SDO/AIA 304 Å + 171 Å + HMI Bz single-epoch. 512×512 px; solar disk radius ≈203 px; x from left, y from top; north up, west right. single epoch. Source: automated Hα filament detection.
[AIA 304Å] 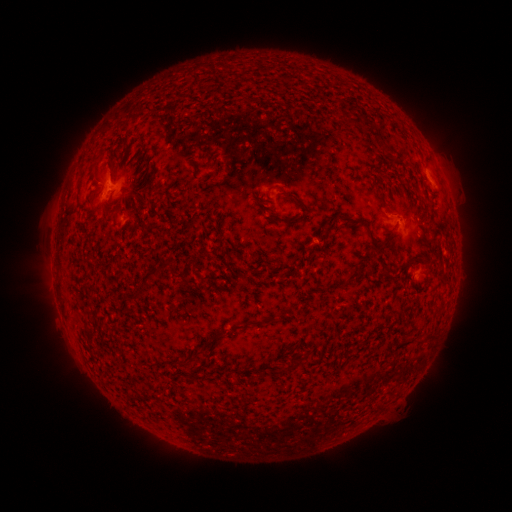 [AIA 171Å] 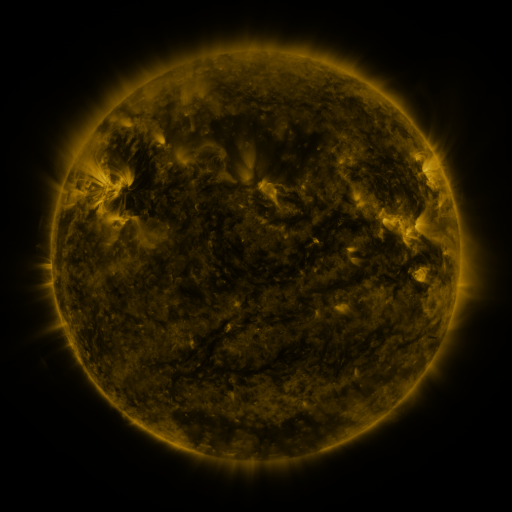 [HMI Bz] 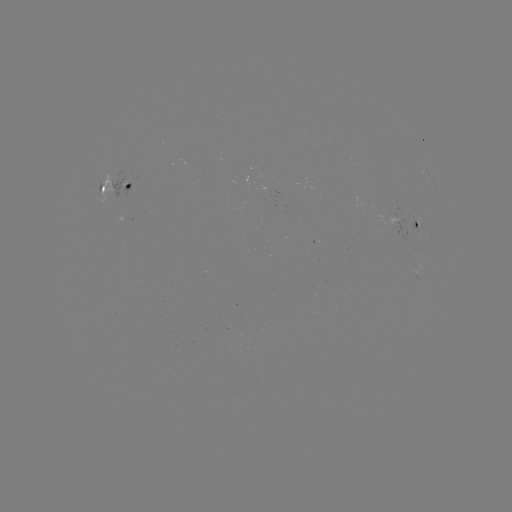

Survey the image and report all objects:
filament: [283, 192, 309, 215]
filament: [373, 192, 387, 211]
filament: [337, 213, 378, 252]
filament: [273, 215, 287, 224]
filament: [403, 259, 422, 270]
filament: [166, 261, 176, 277]
filament: [141, 267, 158, 282]
filament: [381, 269, 390, 279]
filament: [178, 275, 188, 286]
filament: [123, 292, 140, 300]
filament: [207, 316, 274, 340]
filament: [424, 334, 436, 342]
filament: [187, 348, 202, 363]
filament: [283, 358, 299, 372]
filament: [255, 370, 263, 380]
